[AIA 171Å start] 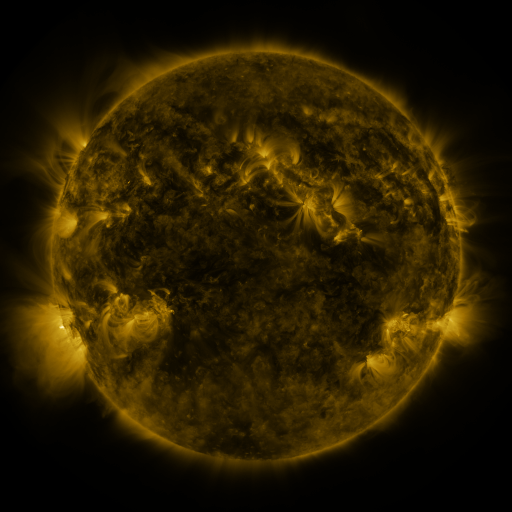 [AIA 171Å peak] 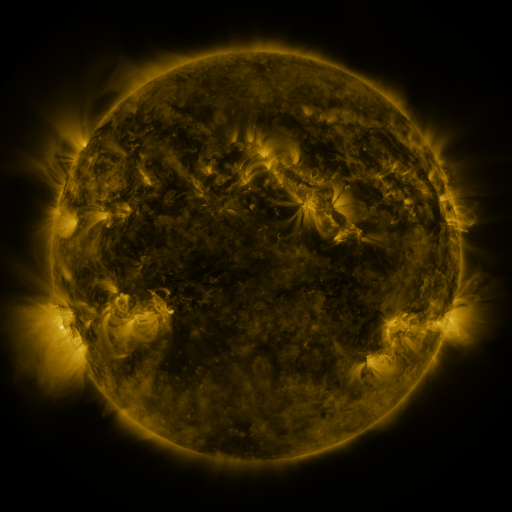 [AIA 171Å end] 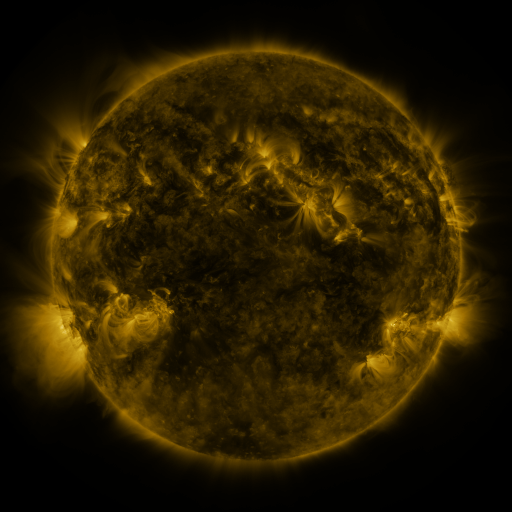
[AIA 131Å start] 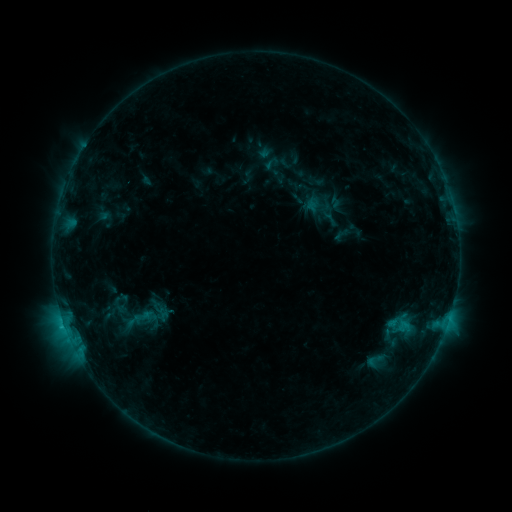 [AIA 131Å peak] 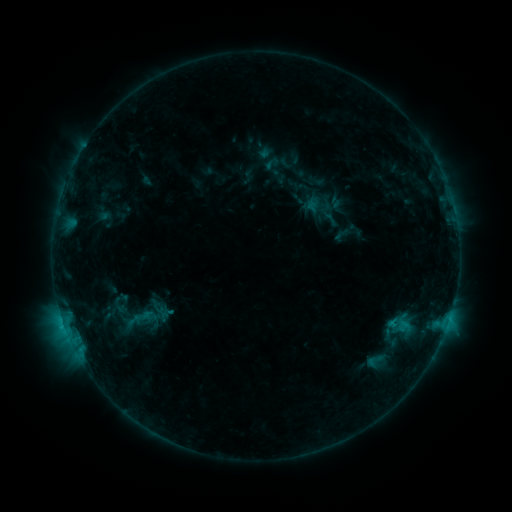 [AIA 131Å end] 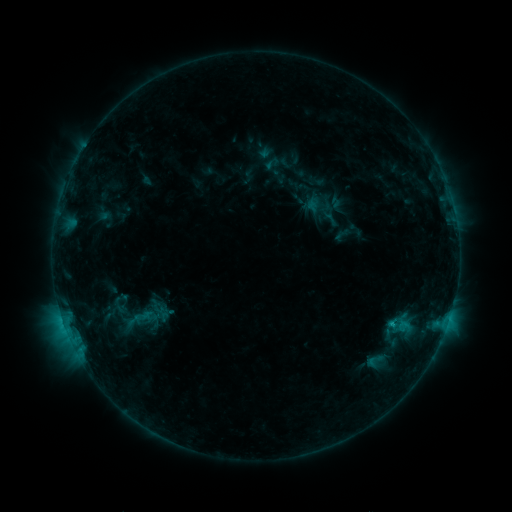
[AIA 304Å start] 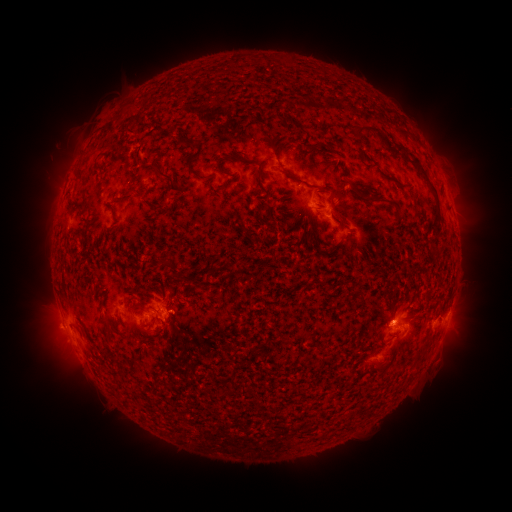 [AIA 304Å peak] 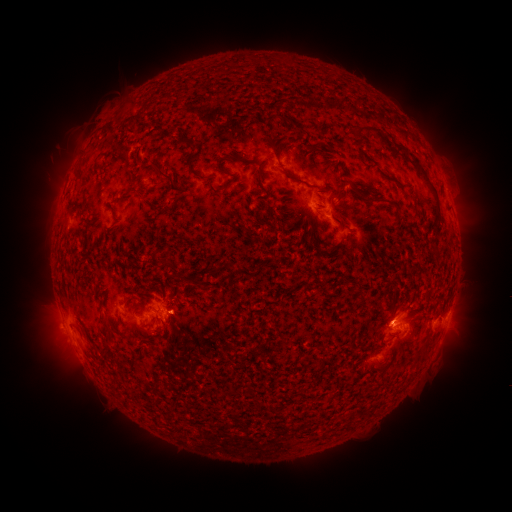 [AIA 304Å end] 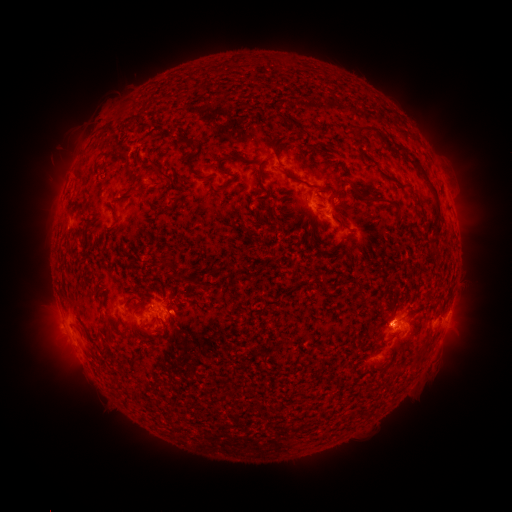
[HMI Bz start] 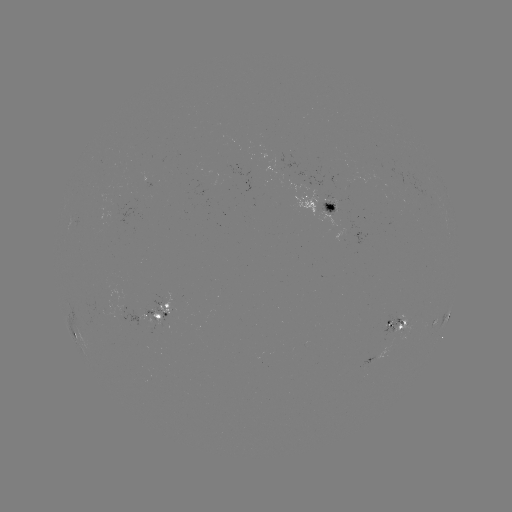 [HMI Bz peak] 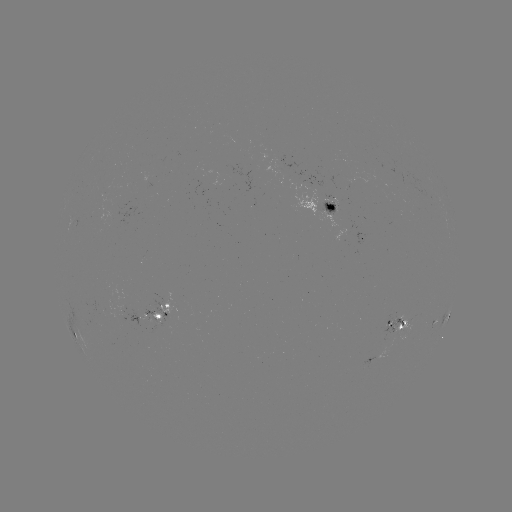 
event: eruption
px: (182, 316)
